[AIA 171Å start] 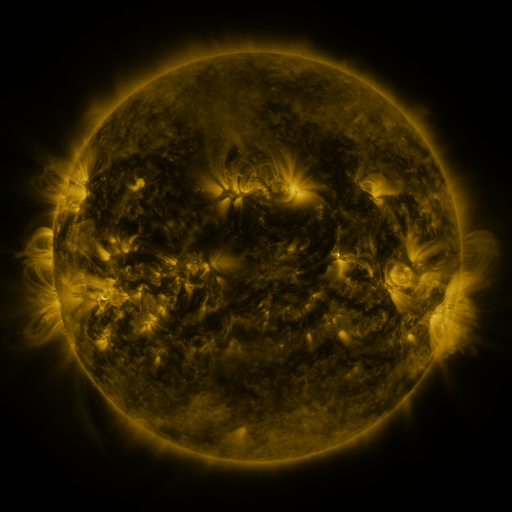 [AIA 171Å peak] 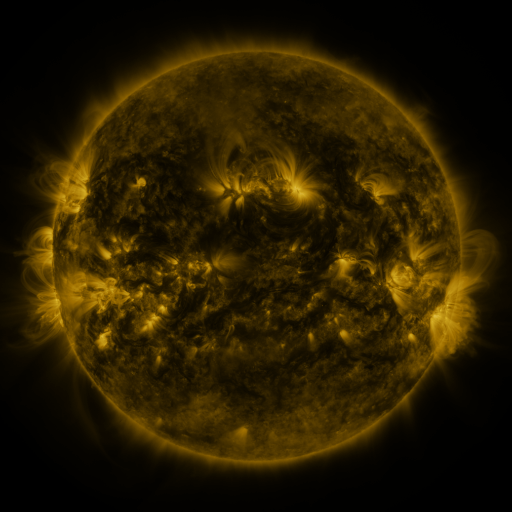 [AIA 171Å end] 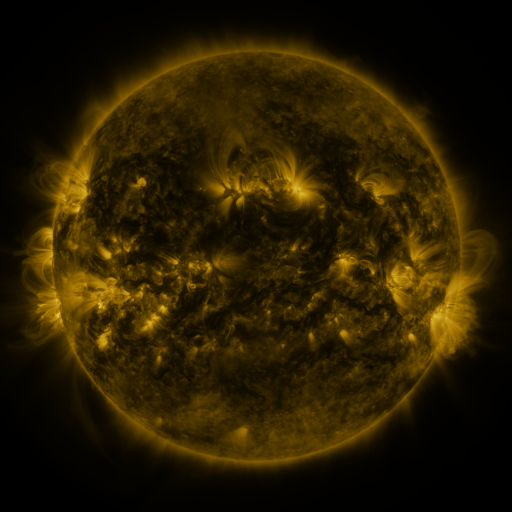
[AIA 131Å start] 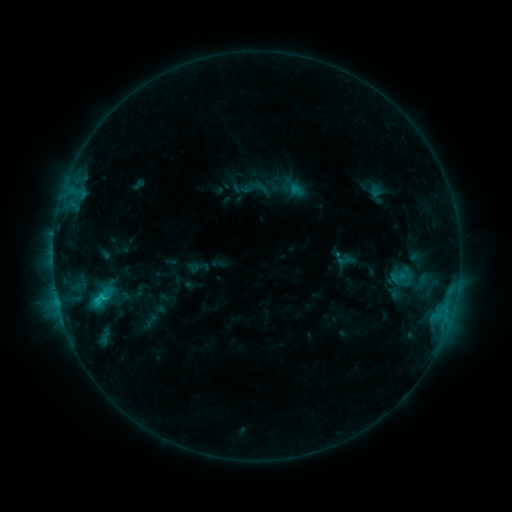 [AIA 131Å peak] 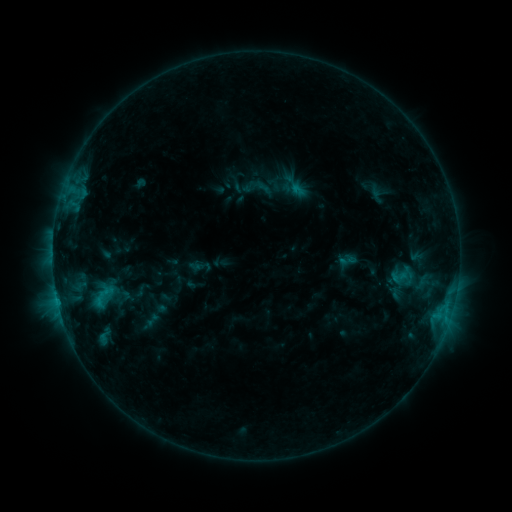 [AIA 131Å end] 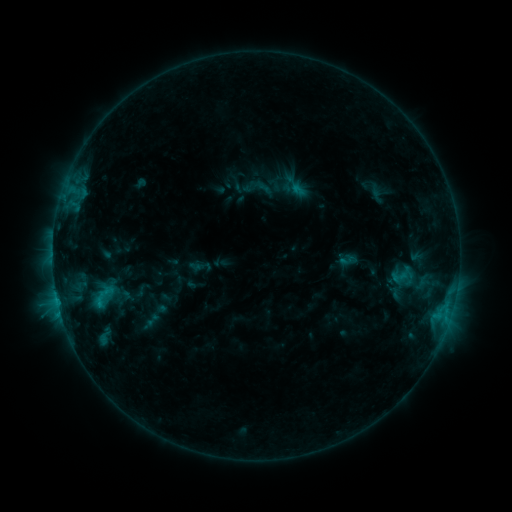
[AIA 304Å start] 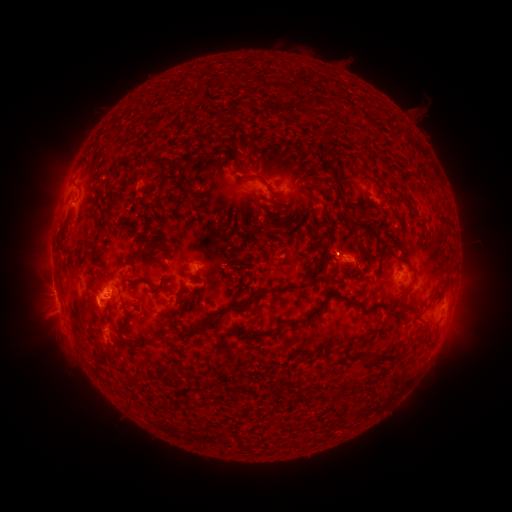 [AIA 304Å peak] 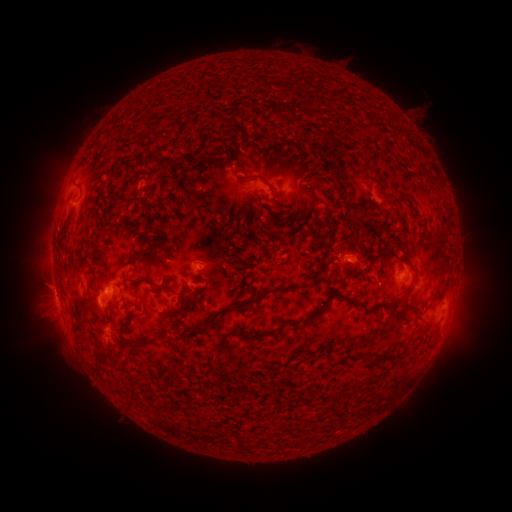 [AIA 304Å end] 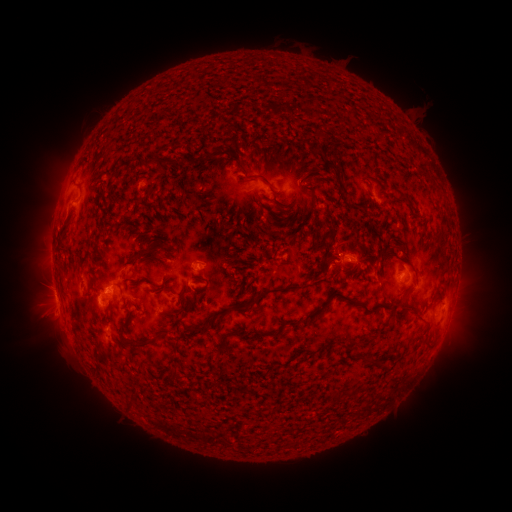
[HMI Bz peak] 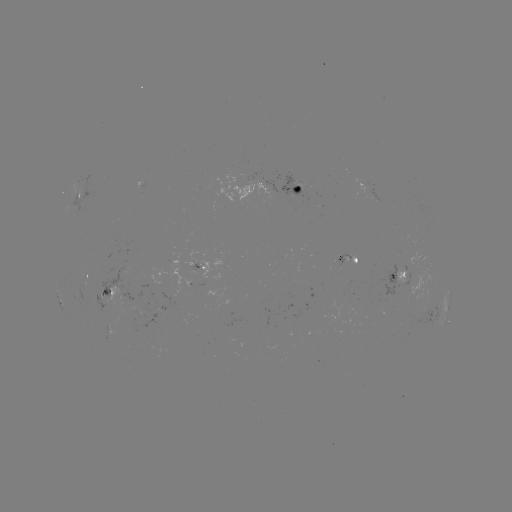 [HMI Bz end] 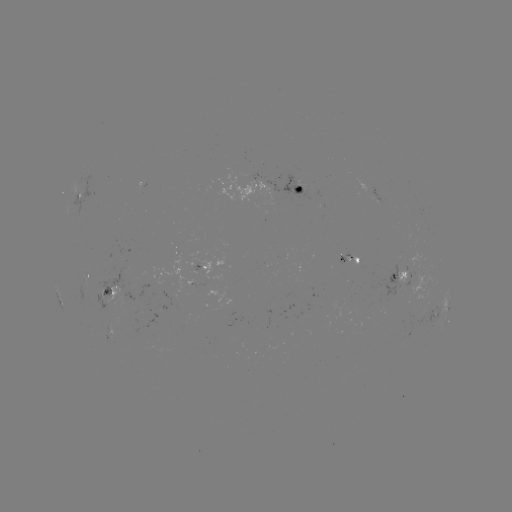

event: emerging-flux region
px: (110, 328)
